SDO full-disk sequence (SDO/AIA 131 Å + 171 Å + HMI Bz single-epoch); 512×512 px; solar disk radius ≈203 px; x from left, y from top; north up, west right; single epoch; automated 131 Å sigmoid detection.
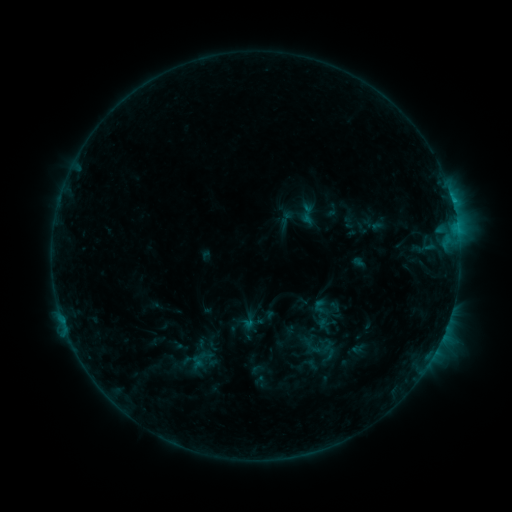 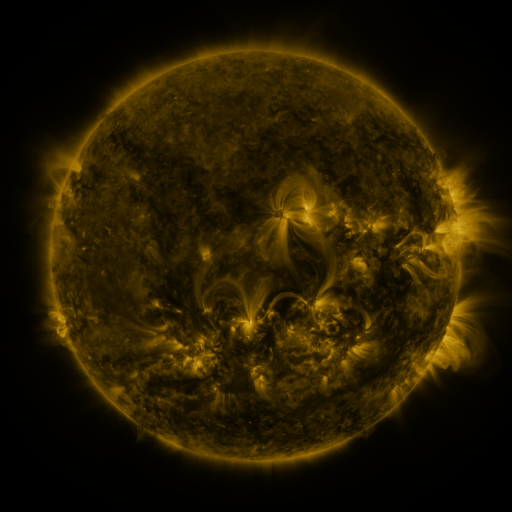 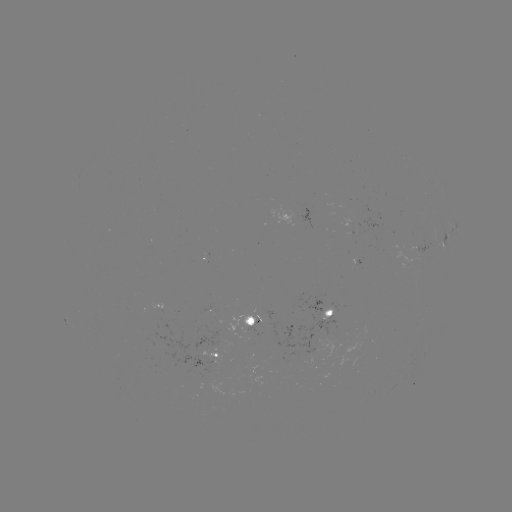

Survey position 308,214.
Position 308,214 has sigmoid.